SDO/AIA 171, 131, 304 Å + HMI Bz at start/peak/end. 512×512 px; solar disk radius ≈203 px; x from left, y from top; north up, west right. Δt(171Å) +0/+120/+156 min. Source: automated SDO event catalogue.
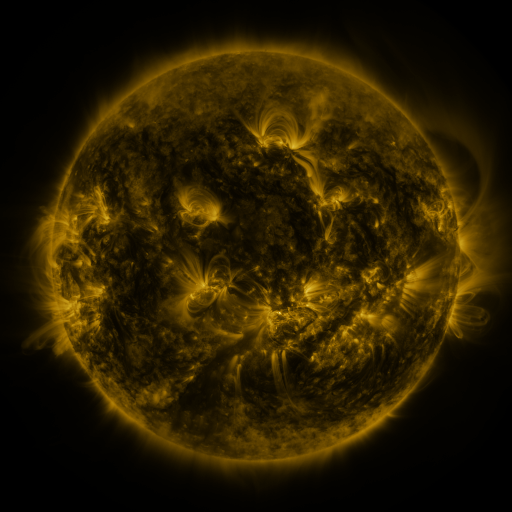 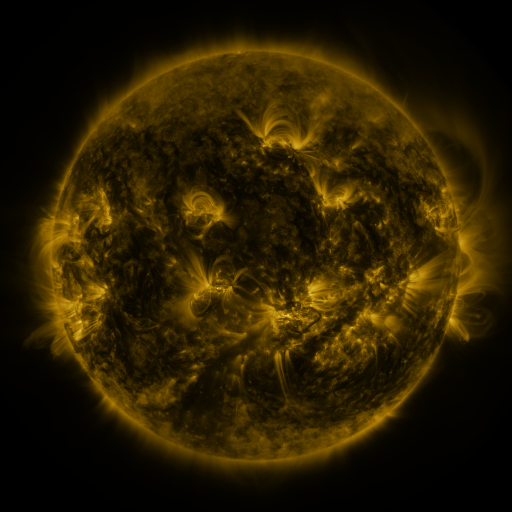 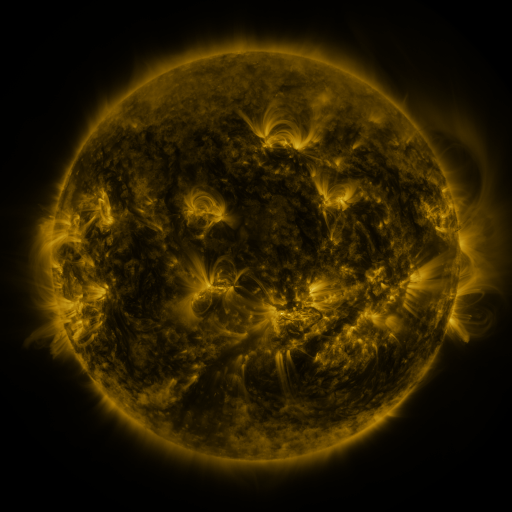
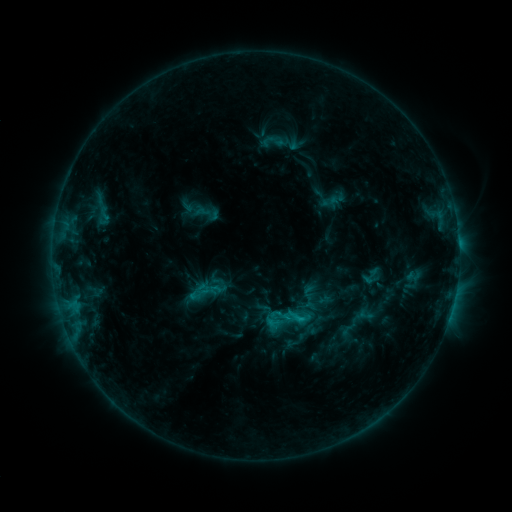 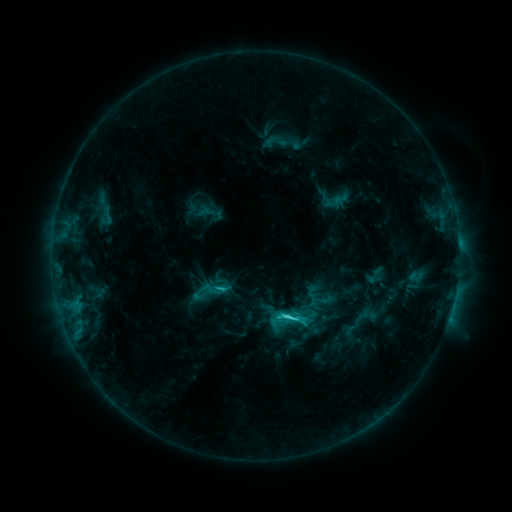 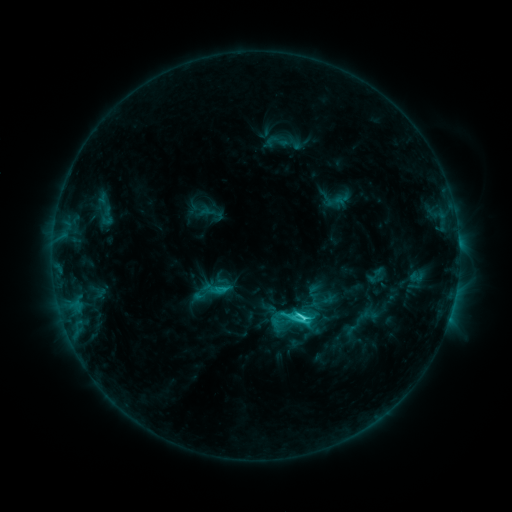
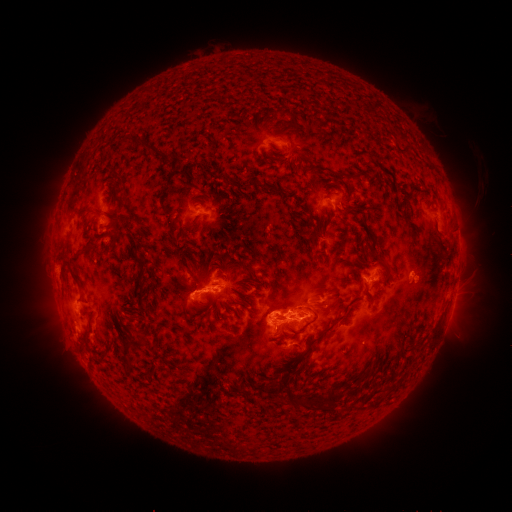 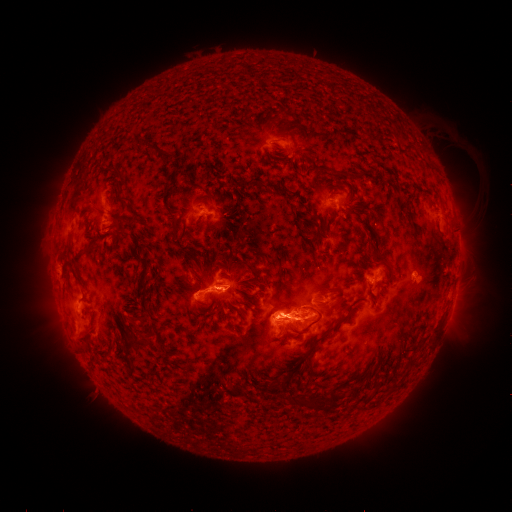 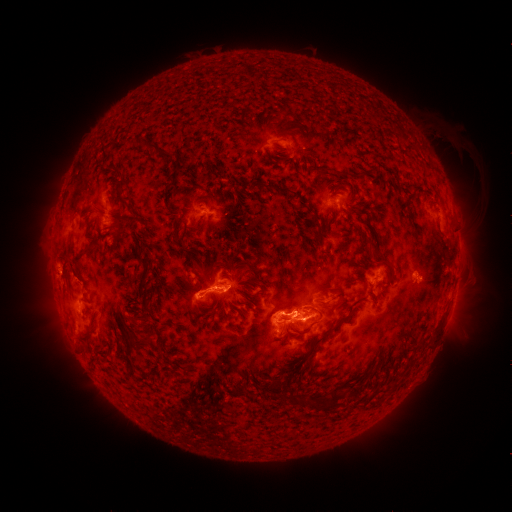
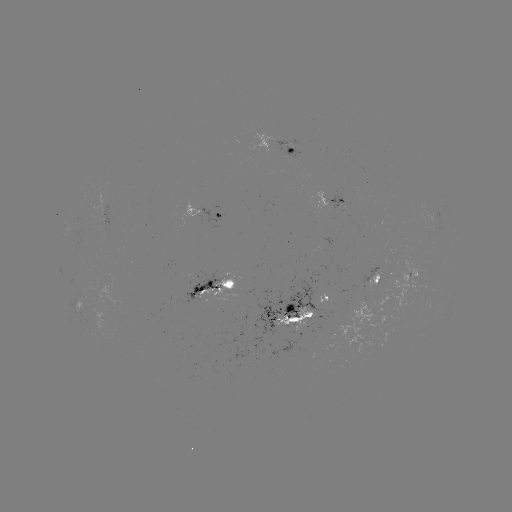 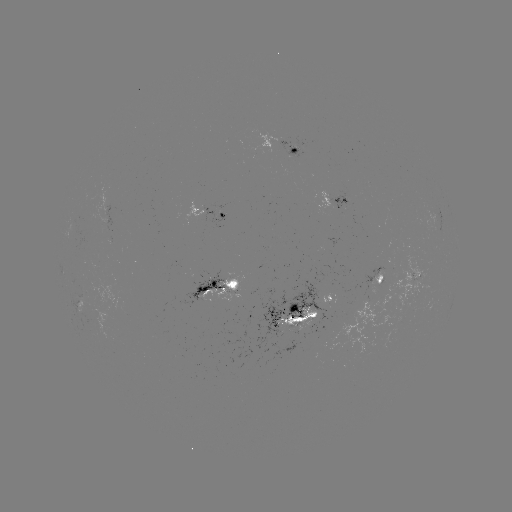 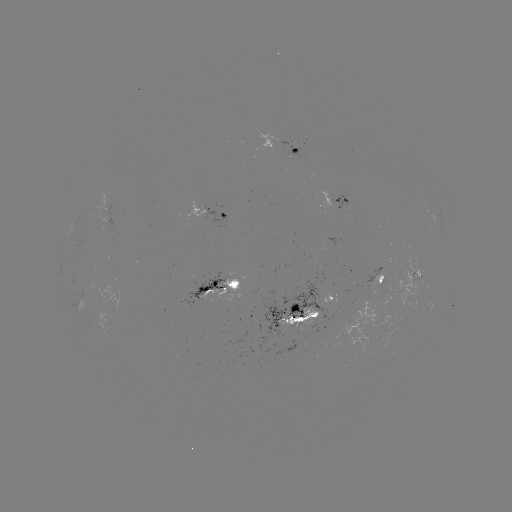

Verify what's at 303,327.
emerging-flux region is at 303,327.